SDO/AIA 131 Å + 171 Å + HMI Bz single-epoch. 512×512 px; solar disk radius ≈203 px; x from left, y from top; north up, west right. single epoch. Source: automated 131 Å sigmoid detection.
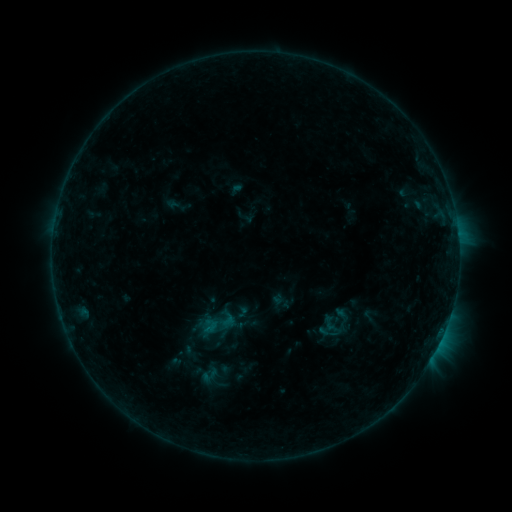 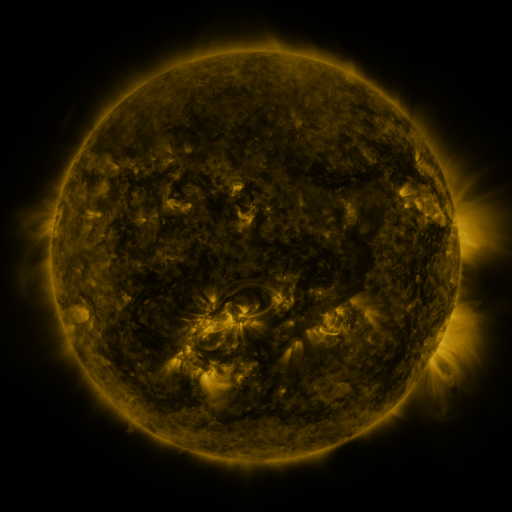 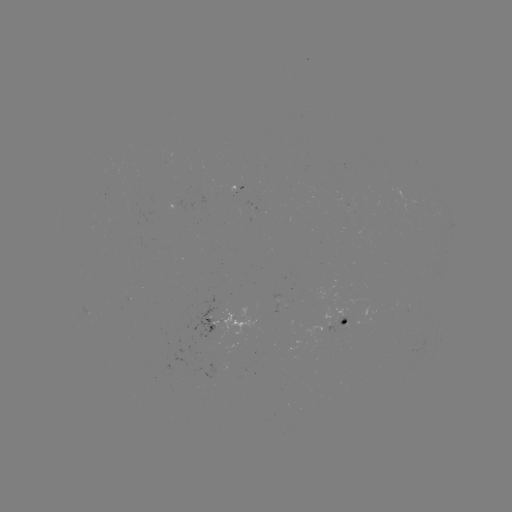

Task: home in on sigmoid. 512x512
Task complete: (217, 323).